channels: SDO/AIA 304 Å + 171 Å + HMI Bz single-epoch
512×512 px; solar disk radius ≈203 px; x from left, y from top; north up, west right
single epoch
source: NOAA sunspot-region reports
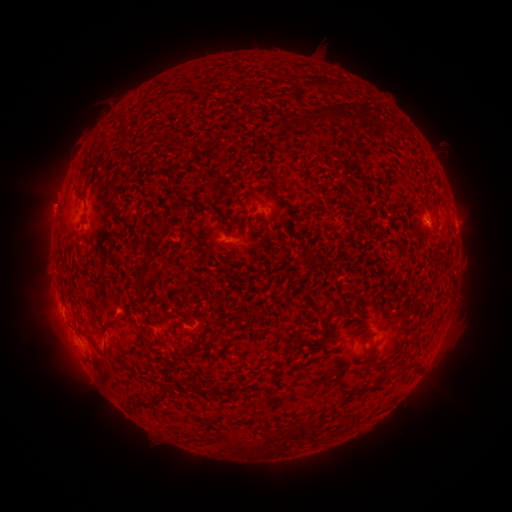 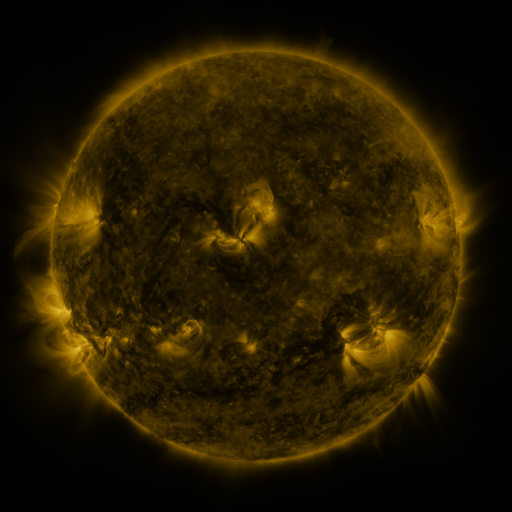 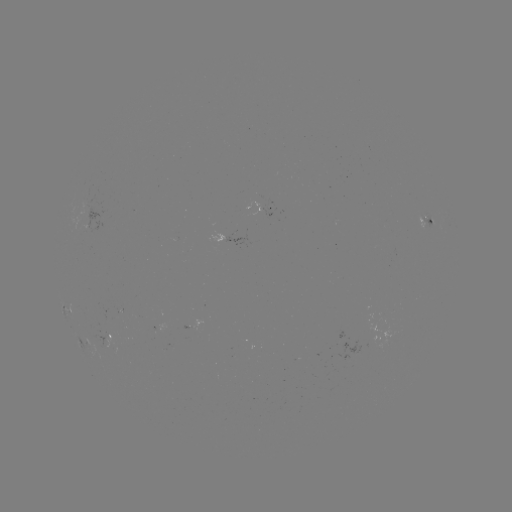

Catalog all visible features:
spotted active region: (269, 205)
spotted active region: (430, 220)
spotted active region: (69, 309)
spotted active region: (195, 320)
spotted active region: (113, 333)
